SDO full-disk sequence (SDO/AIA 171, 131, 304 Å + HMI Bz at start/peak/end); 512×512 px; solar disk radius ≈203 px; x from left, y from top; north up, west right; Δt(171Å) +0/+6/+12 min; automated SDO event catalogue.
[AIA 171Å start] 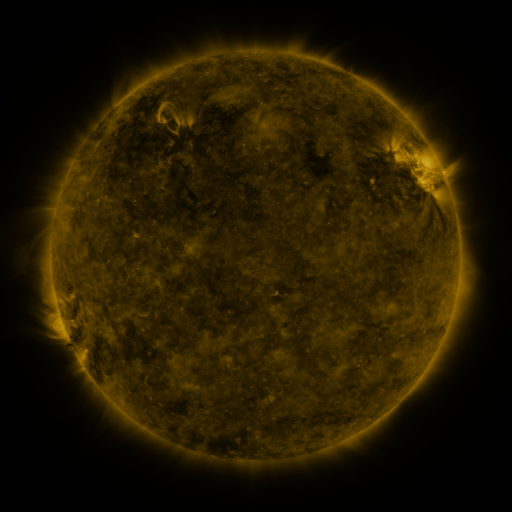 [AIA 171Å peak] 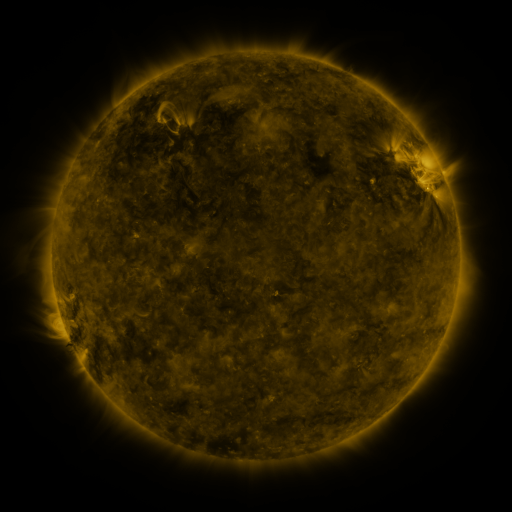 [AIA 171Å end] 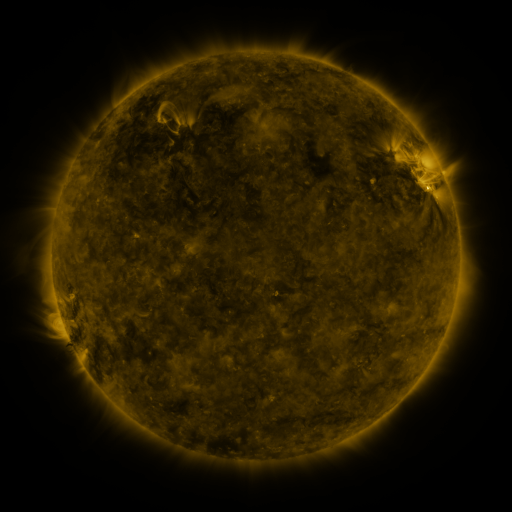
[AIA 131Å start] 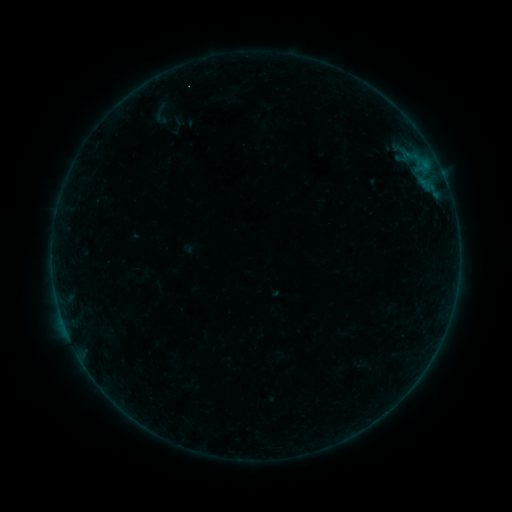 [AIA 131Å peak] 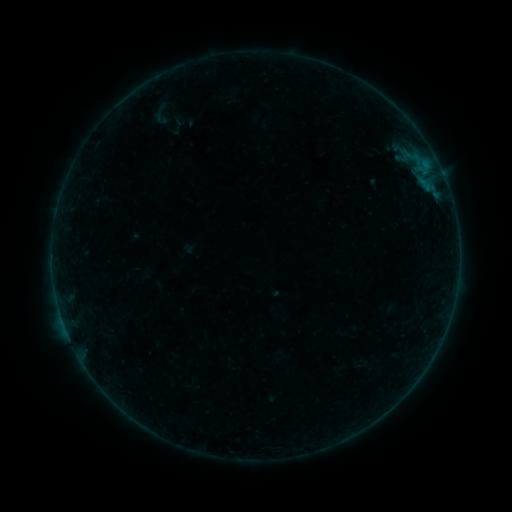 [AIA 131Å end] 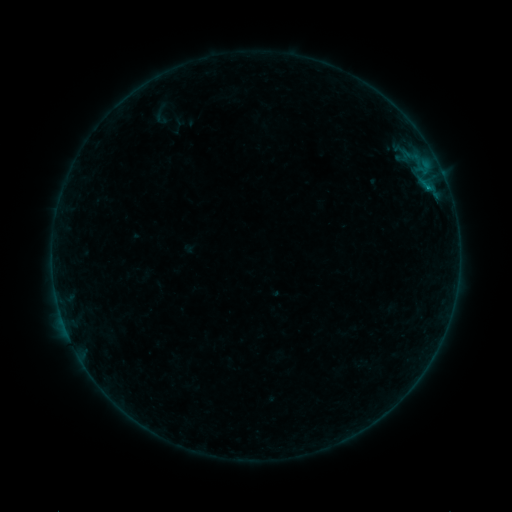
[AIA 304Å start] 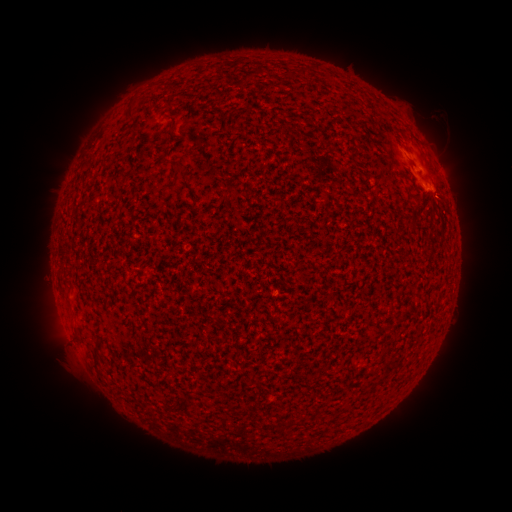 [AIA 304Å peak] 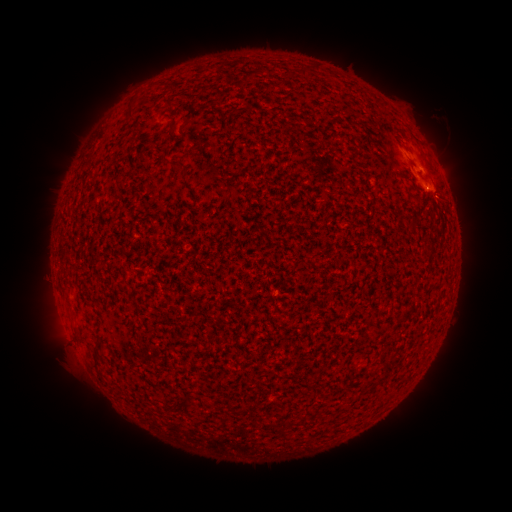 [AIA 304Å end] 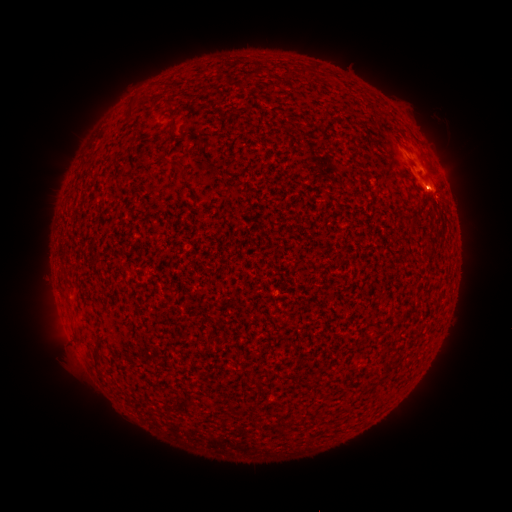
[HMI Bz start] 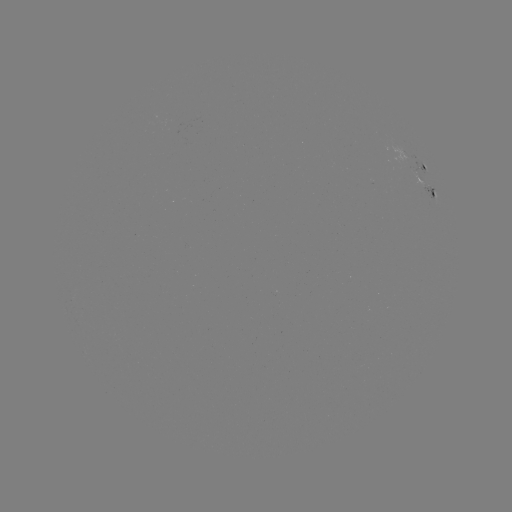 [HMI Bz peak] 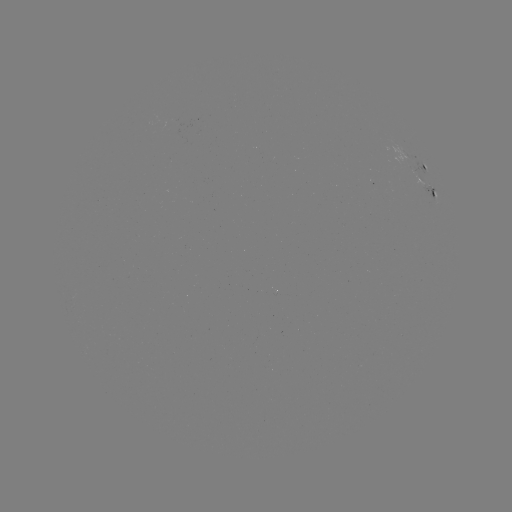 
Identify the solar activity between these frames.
B1.8 flare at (427, 190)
